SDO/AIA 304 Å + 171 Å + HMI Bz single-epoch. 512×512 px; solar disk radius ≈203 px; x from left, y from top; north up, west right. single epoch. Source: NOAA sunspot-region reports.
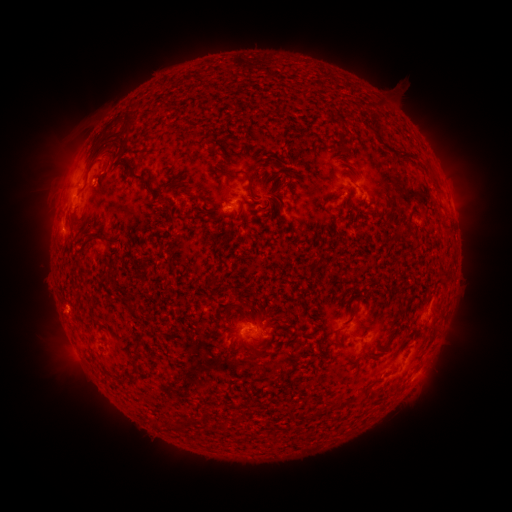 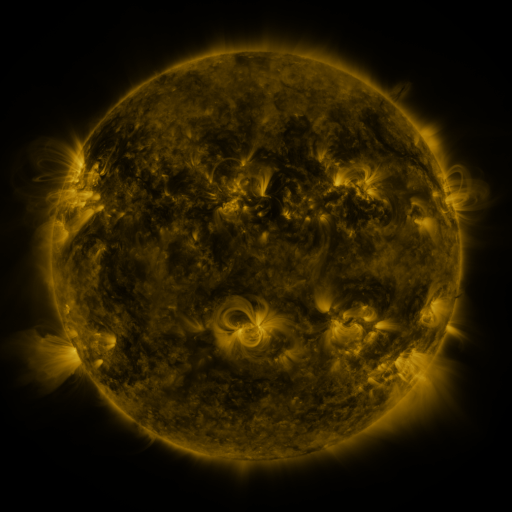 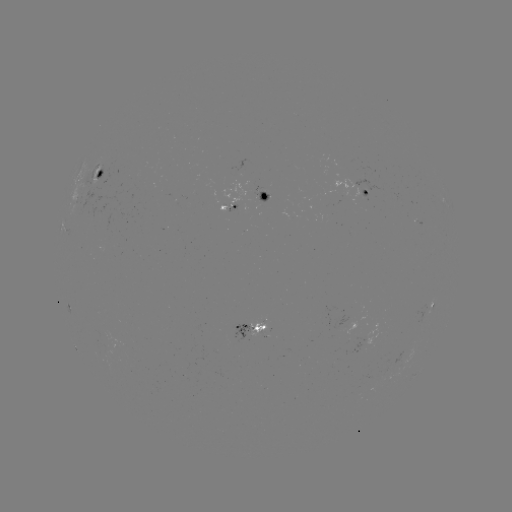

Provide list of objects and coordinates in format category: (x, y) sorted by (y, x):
spotted active region: (100, 174)
spotted active region: (371, 192)
spotted active region: (265, 200)
spotted active region: (229, 207)
spotted active region: (433, 307)
spotted active region: (252, 329)
